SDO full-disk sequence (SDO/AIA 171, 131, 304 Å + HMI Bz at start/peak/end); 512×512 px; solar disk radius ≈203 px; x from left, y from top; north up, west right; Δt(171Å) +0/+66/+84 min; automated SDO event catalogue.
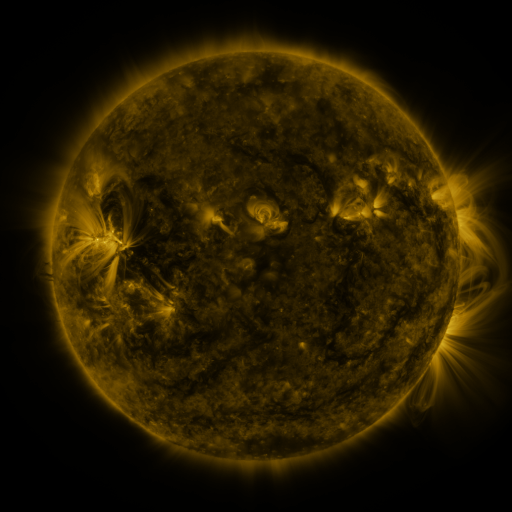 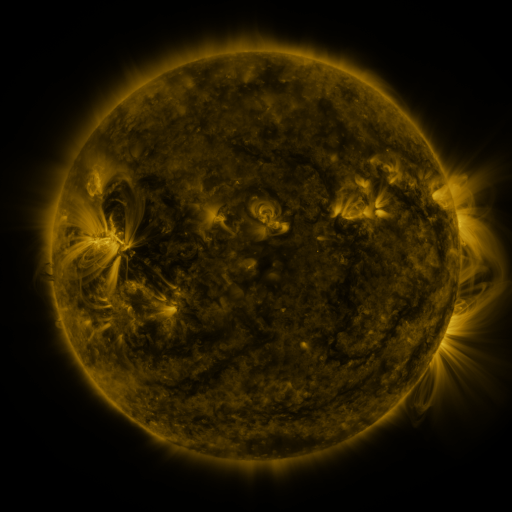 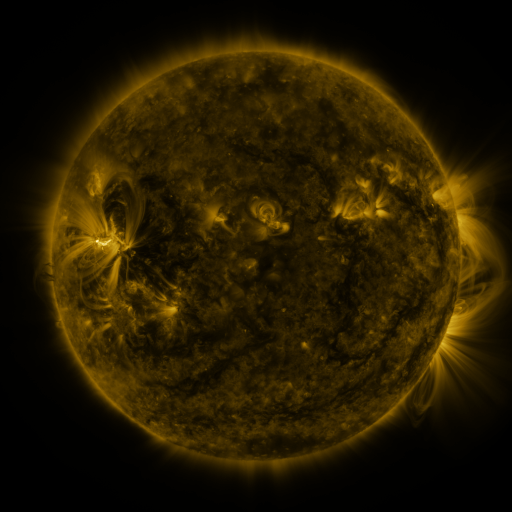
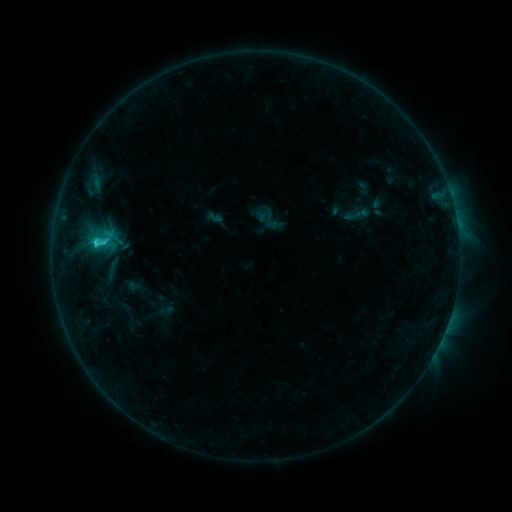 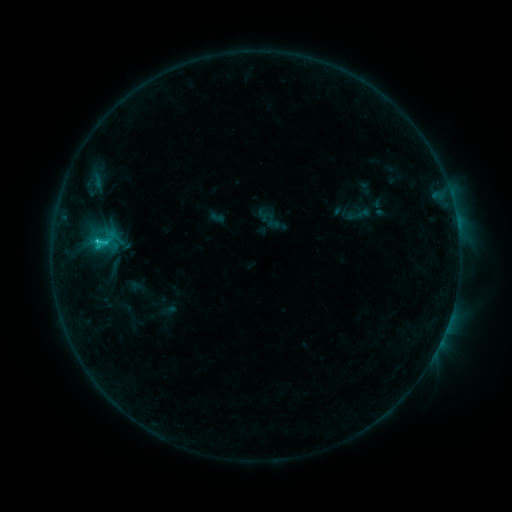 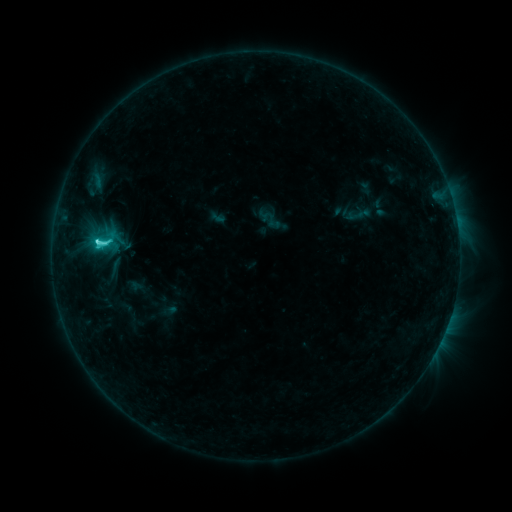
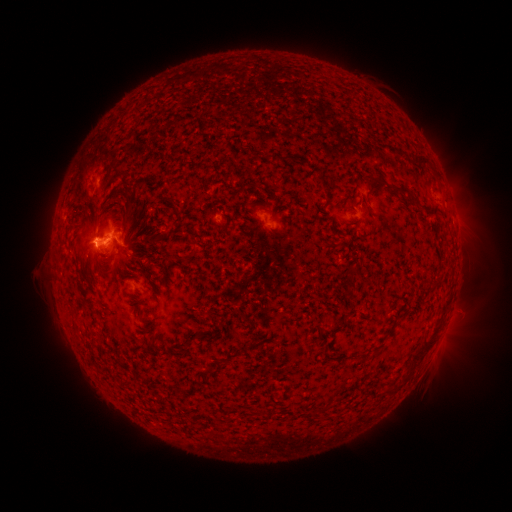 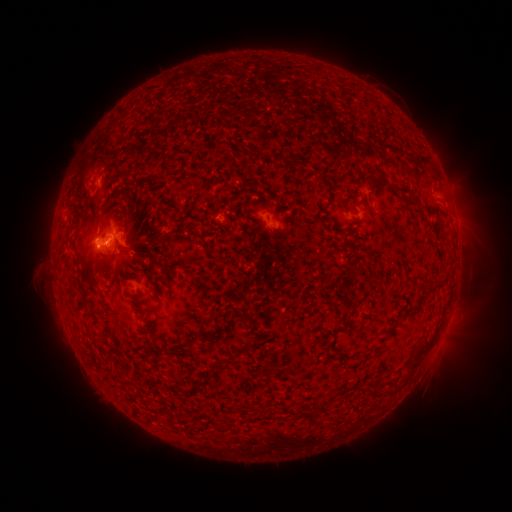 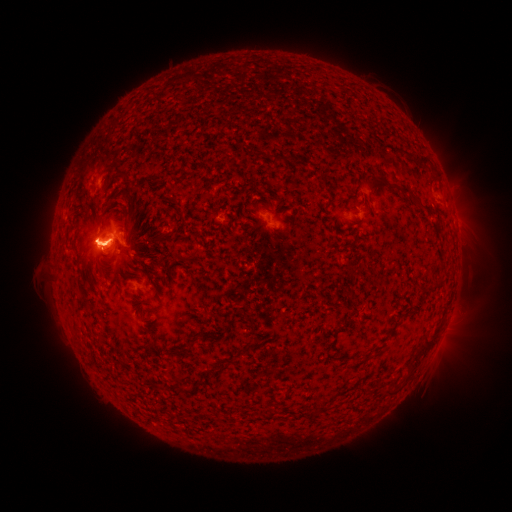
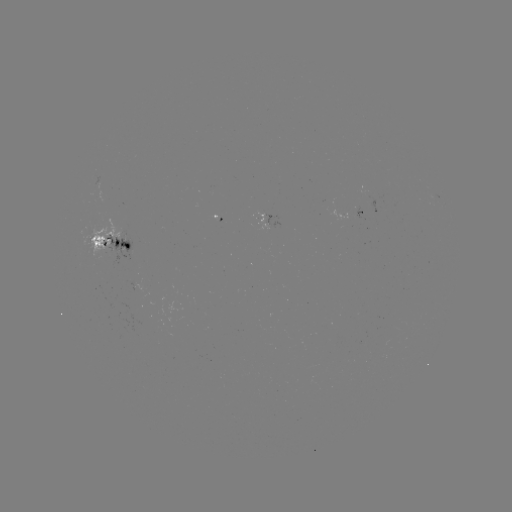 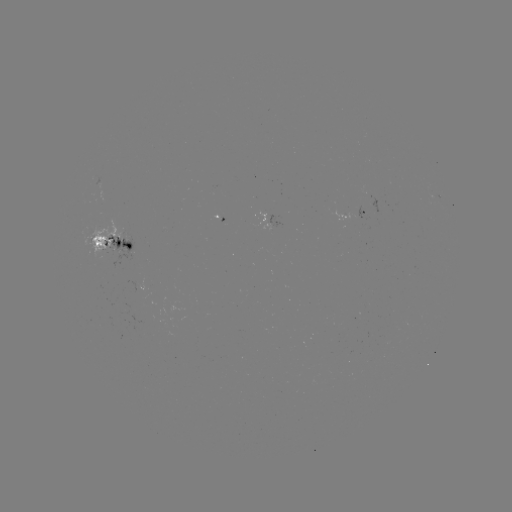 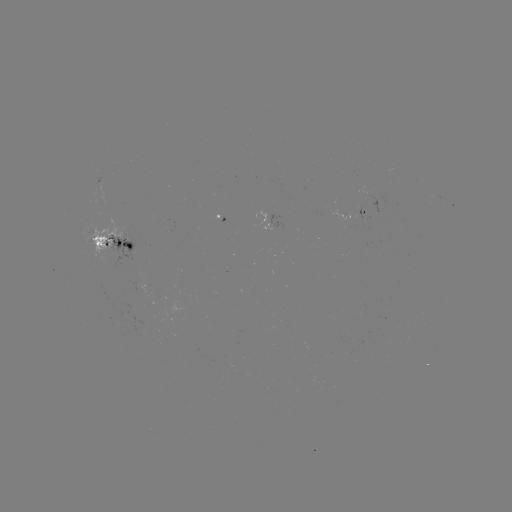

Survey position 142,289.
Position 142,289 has emerging-flux region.